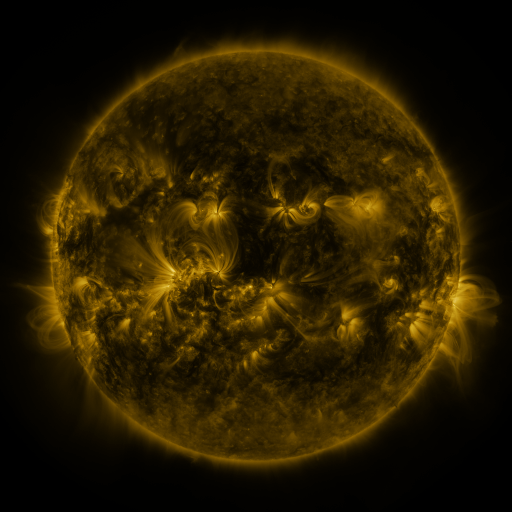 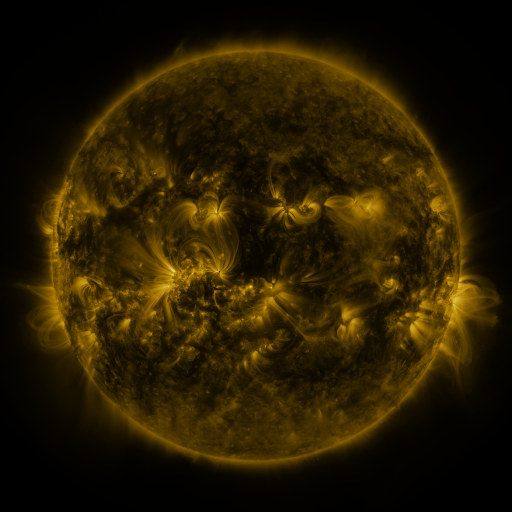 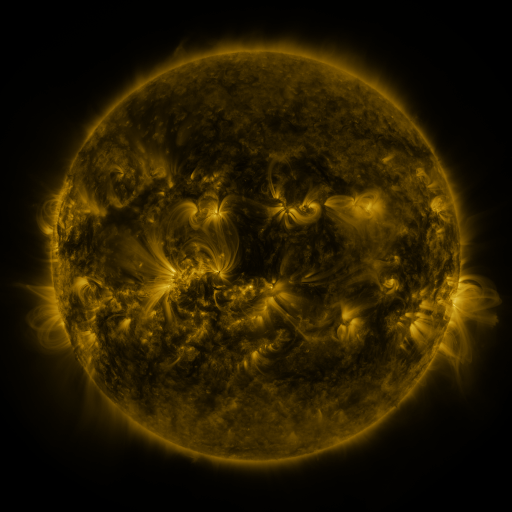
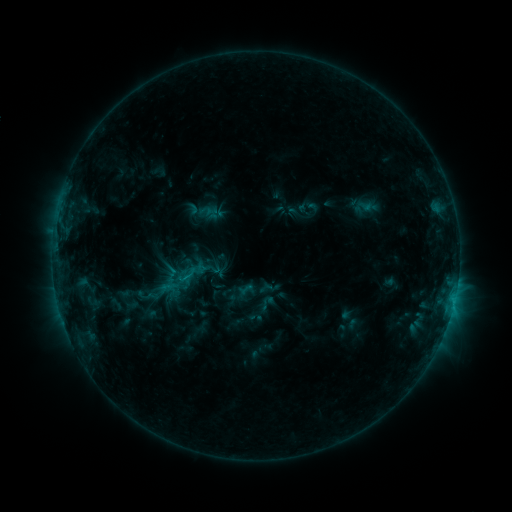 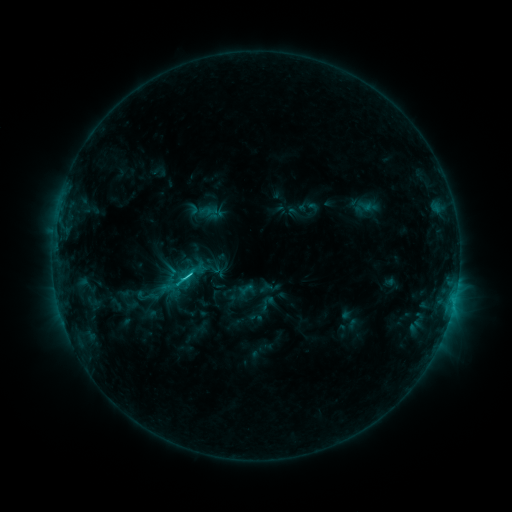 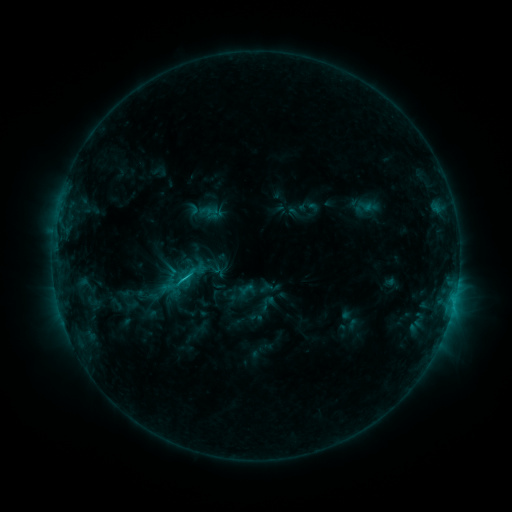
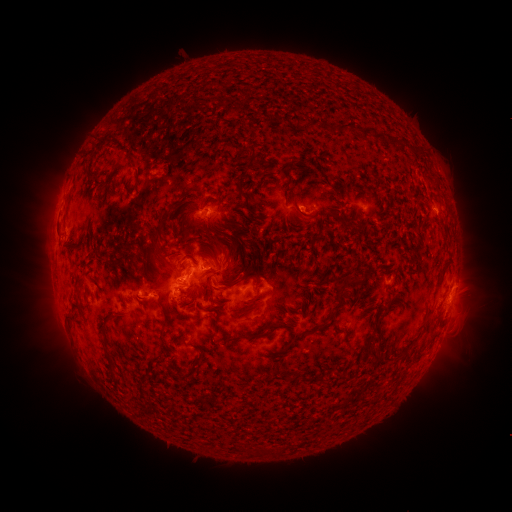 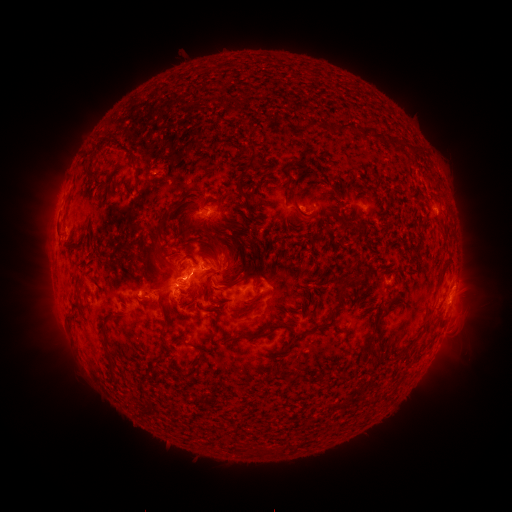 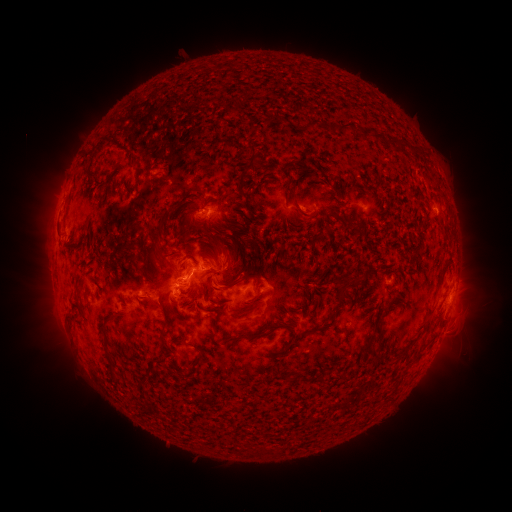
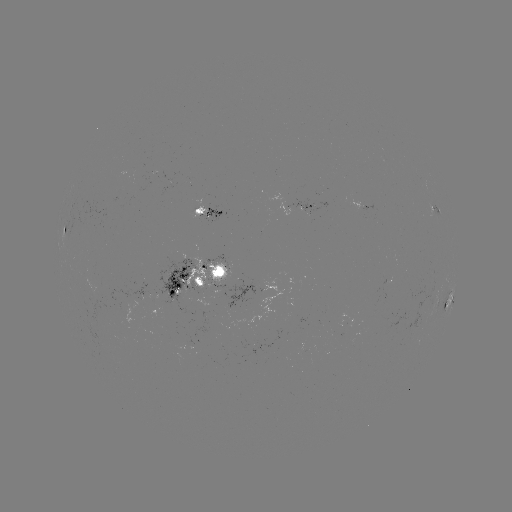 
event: flare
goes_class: C2.0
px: (190, 272)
